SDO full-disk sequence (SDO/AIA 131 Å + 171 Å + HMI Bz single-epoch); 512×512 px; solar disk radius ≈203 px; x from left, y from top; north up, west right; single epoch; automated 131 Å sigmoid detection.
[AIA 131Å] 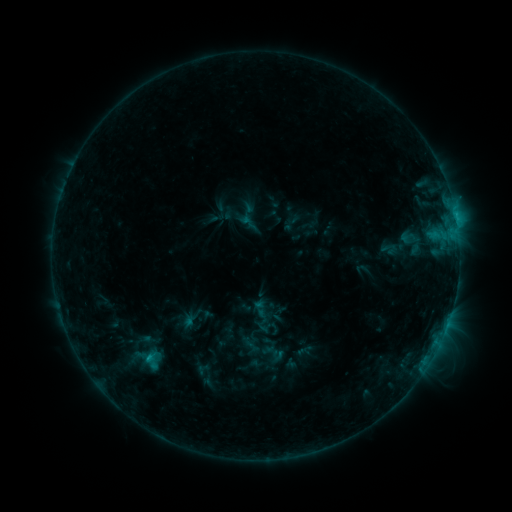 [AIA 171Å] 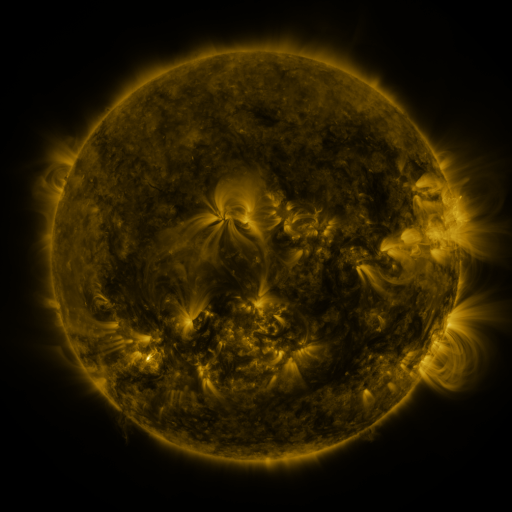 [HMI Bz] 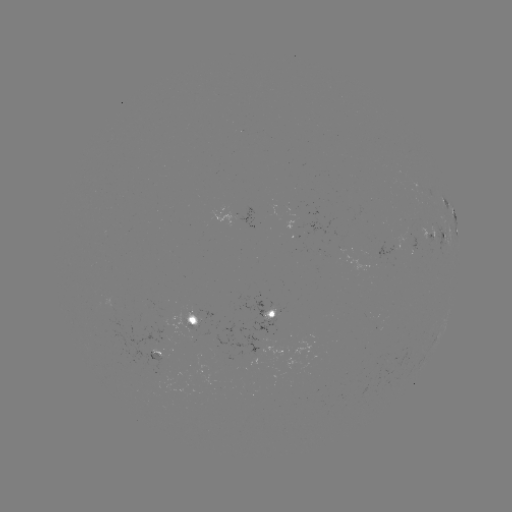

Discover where sigmoid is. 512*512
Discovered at (151, 361).